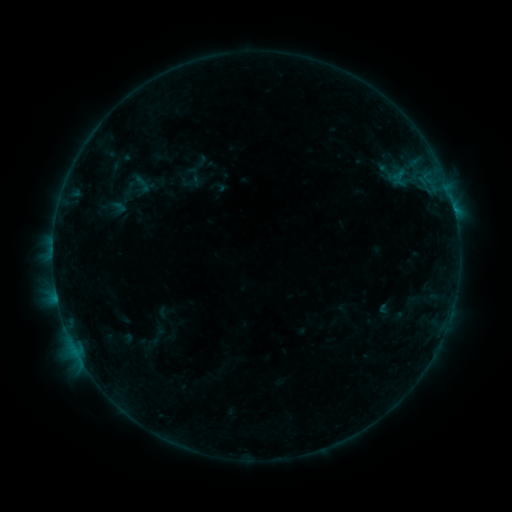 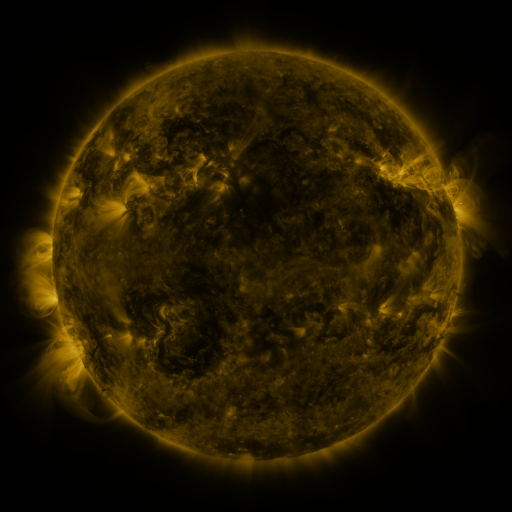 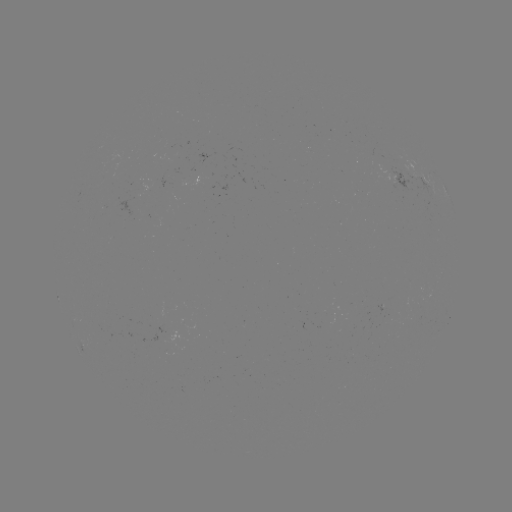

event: sigmoid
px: (142, 184)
